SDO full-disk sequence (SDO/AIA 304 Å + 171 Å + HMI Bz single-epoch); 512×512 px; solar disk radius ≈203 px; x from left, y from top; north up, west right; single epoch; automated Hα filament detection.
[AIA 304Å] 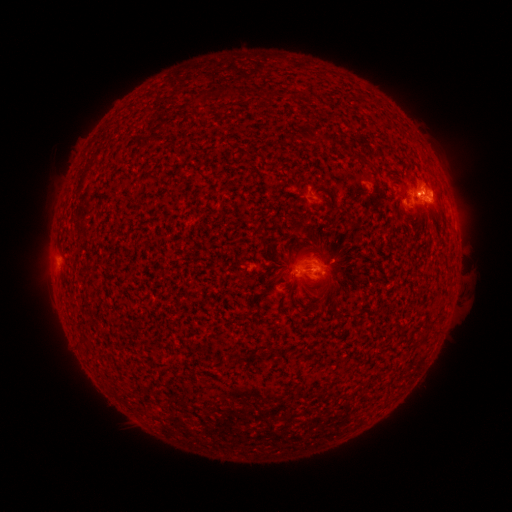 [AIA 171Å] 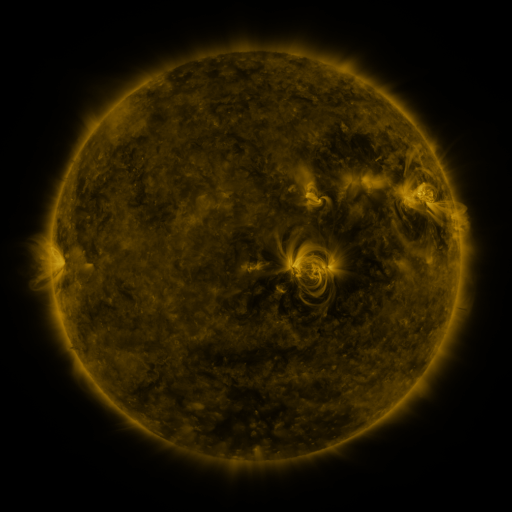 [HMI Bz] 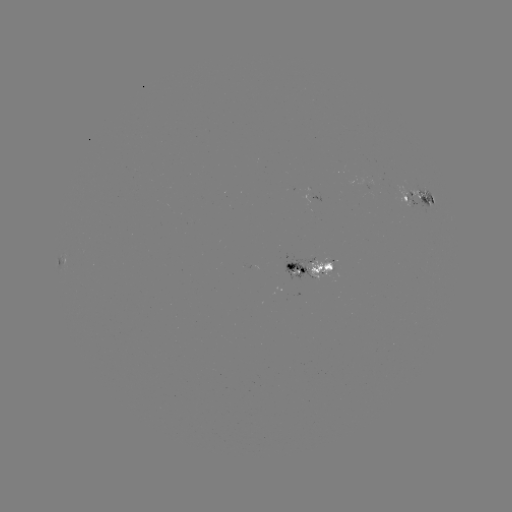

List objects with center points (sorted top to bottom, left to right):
filament: (357, 157)
filament: (299, 228)
filament: (280, 264)
filament: (328, 267)
